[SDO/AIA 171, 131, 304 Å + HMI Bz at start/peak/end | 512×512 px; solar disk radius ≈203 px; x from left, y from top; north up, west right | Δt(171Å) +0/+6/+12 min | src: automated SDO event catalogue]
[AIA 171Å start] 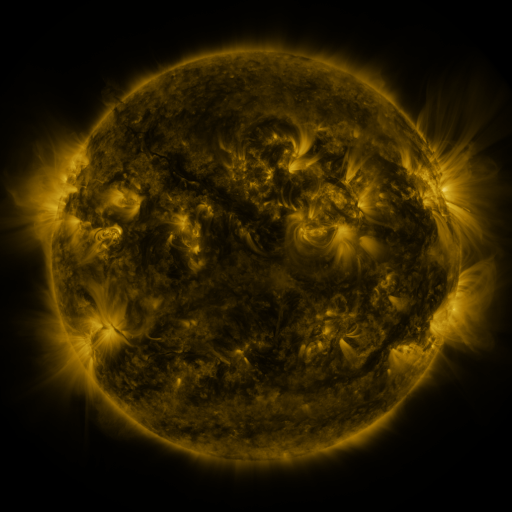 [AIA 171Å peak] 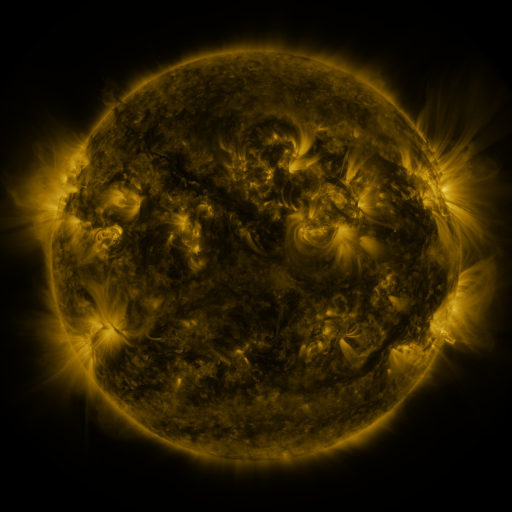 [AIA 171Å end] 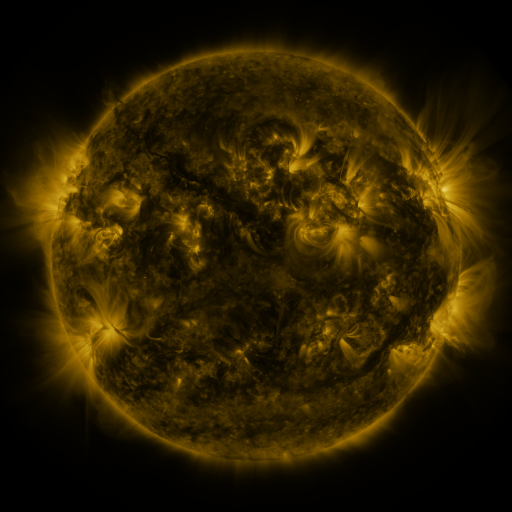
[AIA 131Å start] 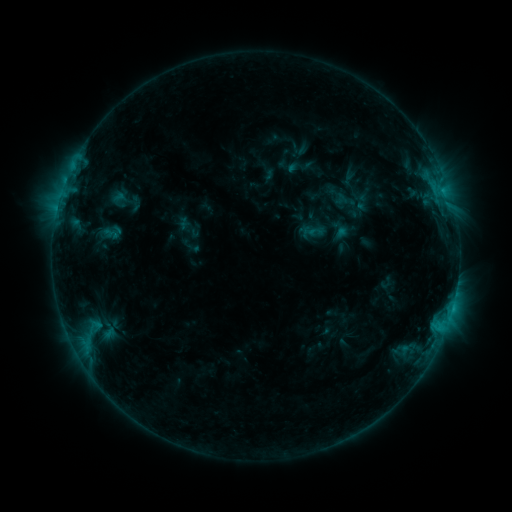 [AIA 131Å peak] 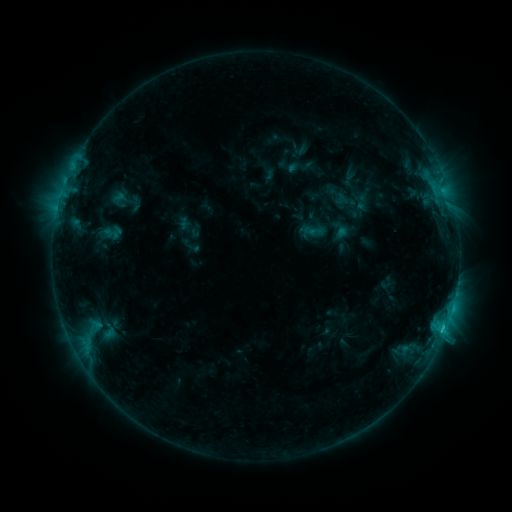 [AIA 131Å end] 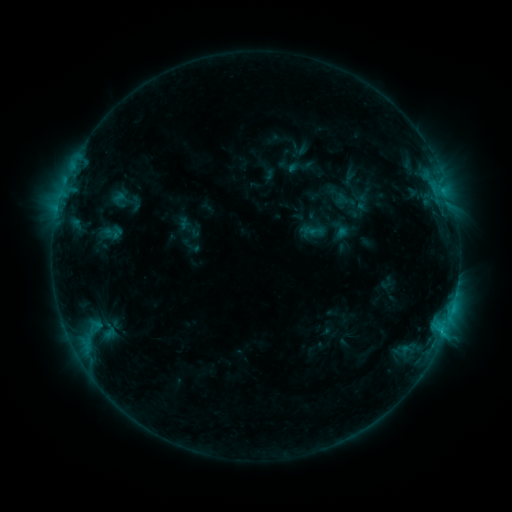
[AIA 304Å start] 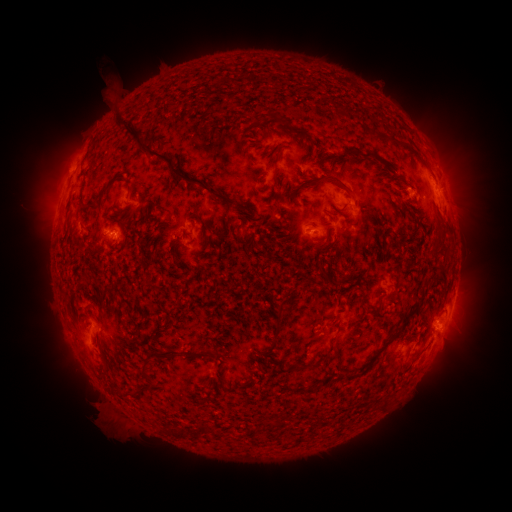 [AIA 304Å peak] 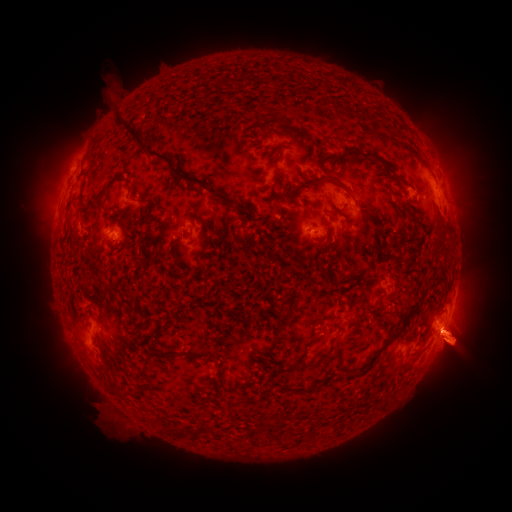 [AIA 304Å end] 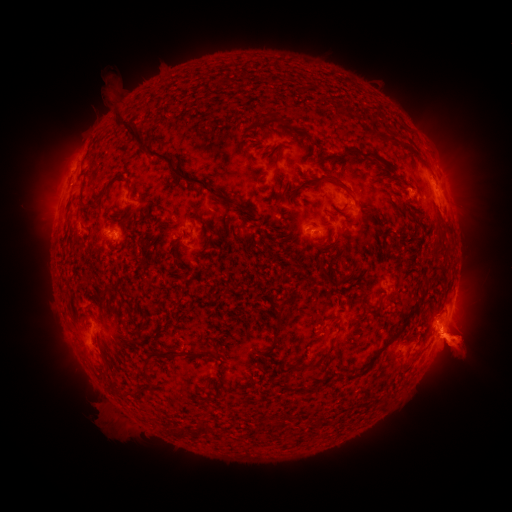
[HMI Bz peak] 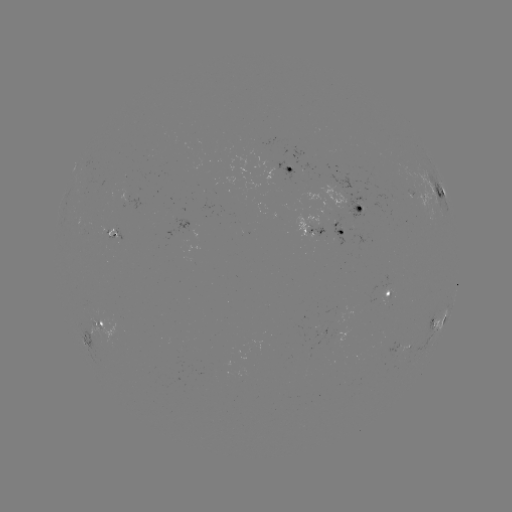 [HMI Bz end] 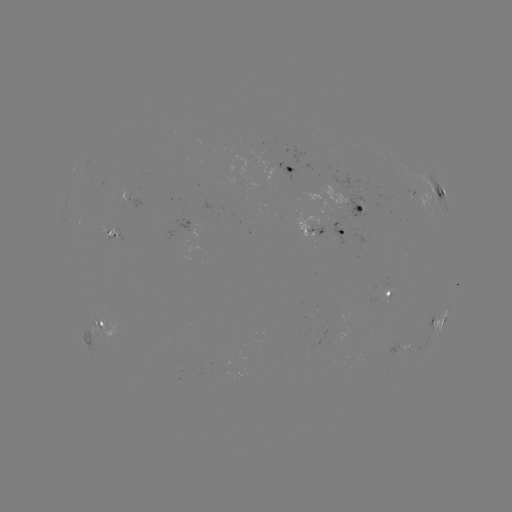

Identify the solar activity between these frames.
C1.1 flare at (443, 327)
